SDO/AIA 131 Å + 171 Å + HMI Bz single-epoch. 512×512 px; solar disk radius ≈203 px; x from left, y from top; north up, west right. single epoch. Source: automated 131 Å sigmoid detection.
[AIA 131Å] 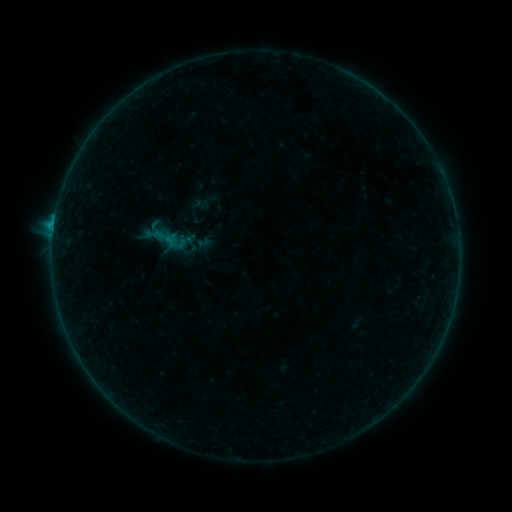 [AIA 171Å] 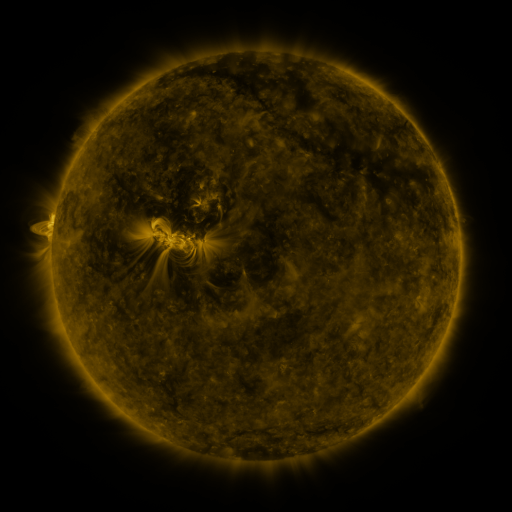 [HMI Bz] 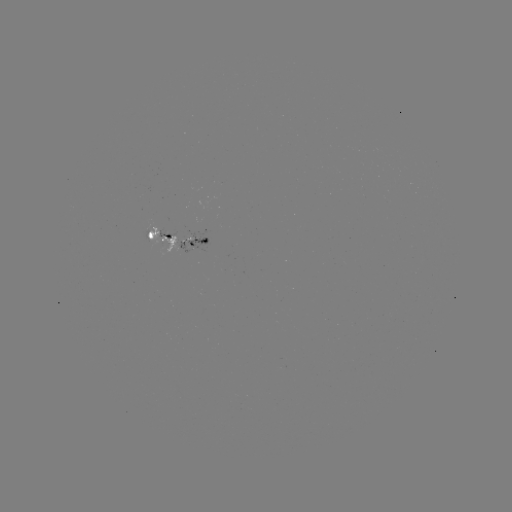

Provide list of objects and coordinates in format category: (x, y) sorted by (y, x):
sigmoid: (165, 238)
